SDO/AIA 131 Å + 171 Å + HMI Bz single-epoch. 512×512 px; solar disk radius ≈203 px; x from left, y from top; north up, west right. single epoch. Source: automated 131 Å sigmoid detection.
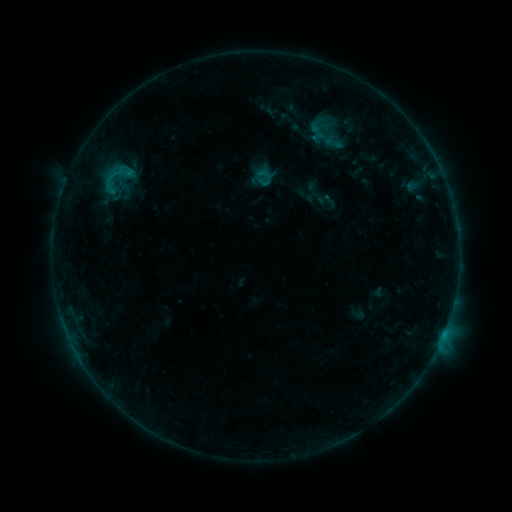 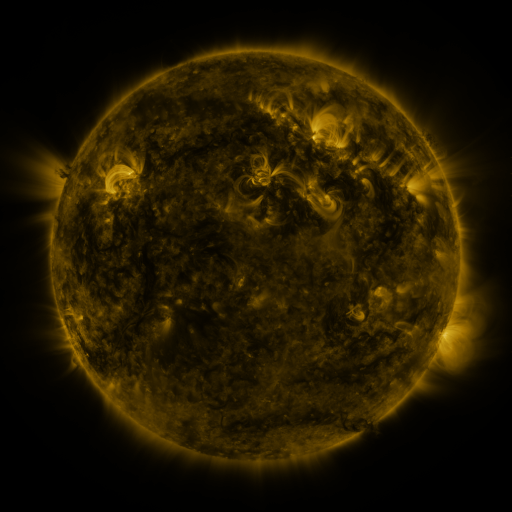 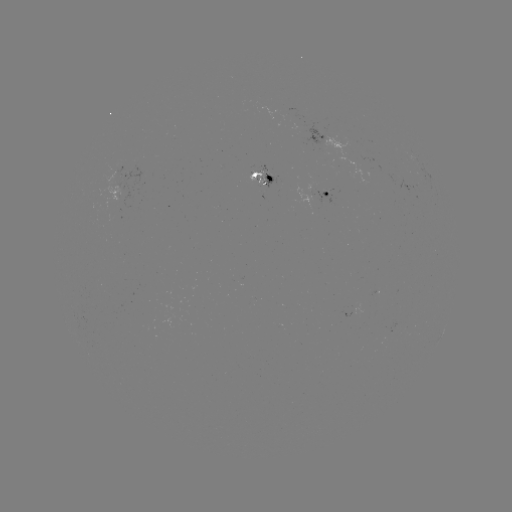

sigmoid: [318, 131, 349, 155]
